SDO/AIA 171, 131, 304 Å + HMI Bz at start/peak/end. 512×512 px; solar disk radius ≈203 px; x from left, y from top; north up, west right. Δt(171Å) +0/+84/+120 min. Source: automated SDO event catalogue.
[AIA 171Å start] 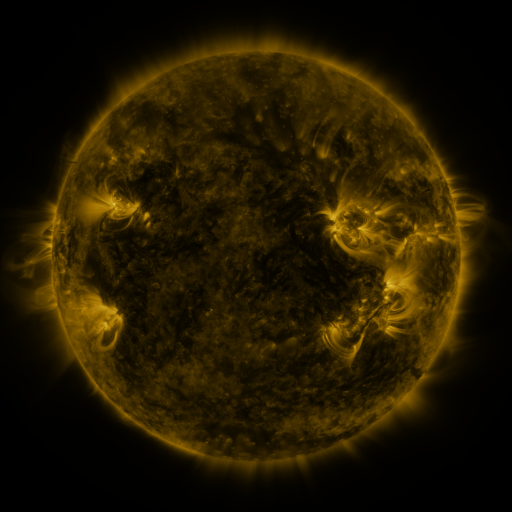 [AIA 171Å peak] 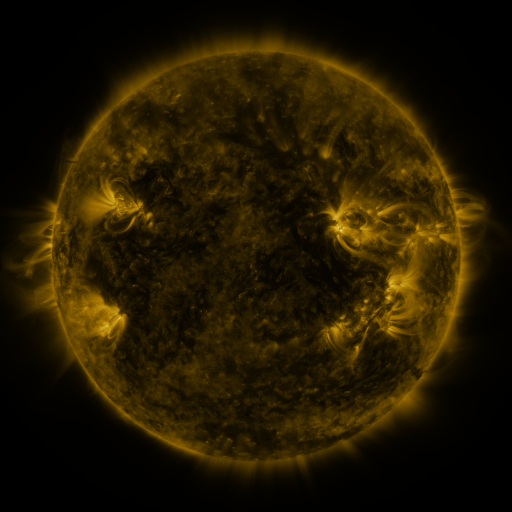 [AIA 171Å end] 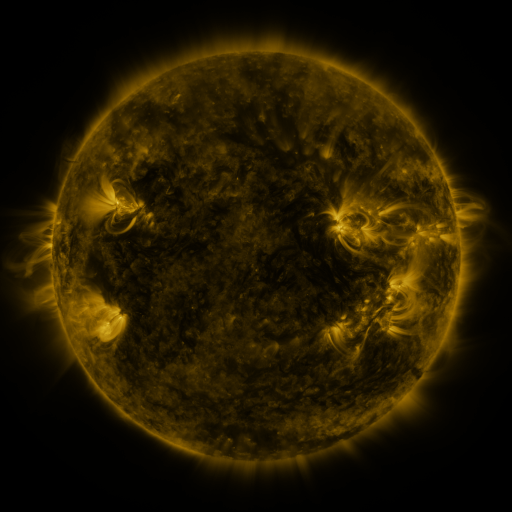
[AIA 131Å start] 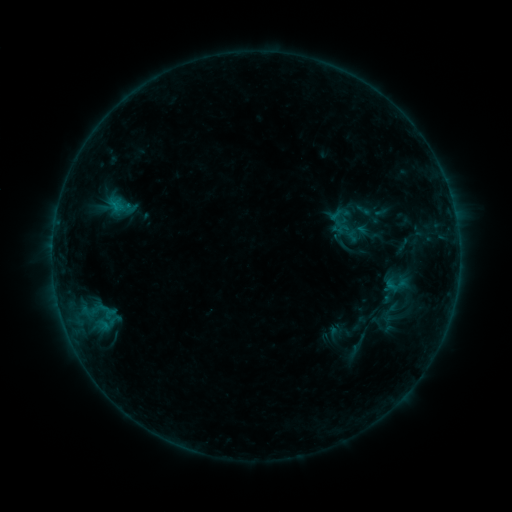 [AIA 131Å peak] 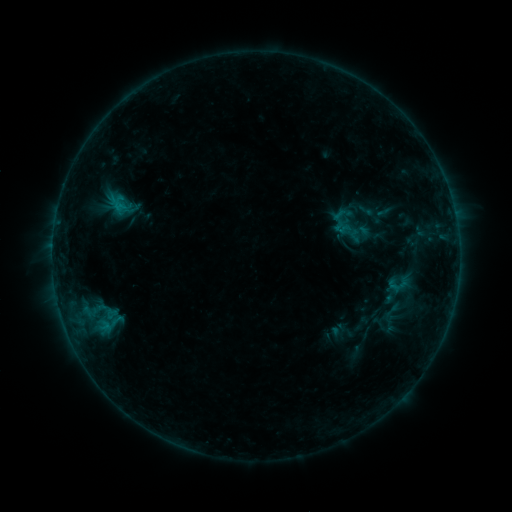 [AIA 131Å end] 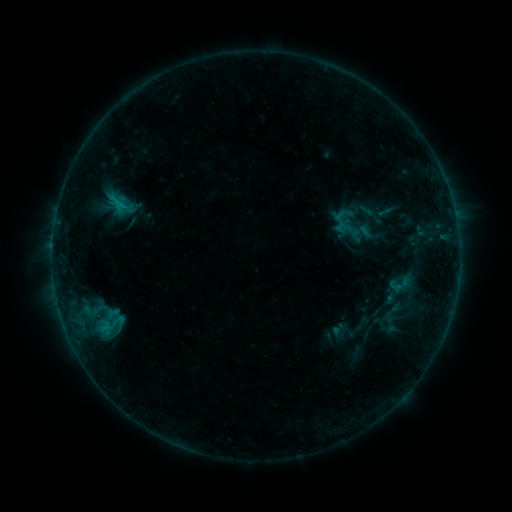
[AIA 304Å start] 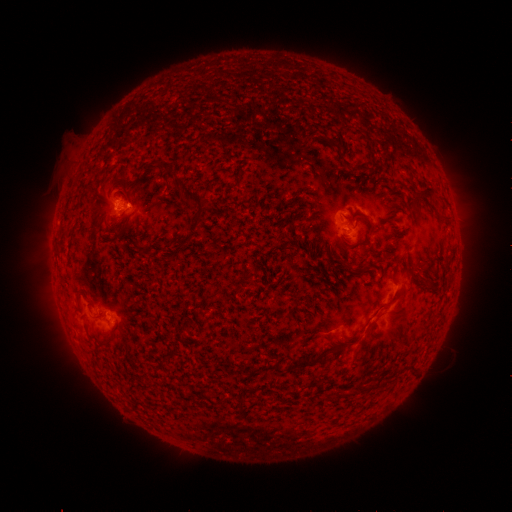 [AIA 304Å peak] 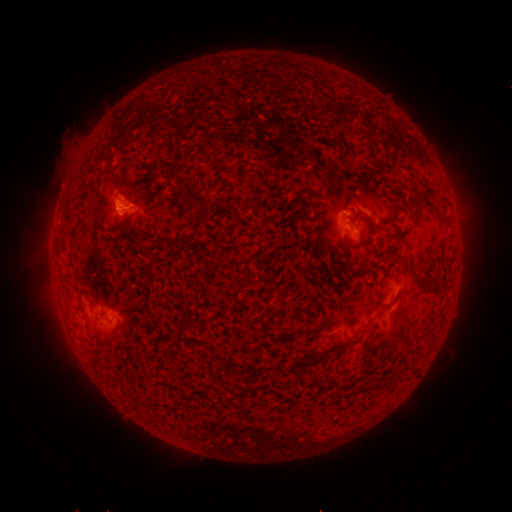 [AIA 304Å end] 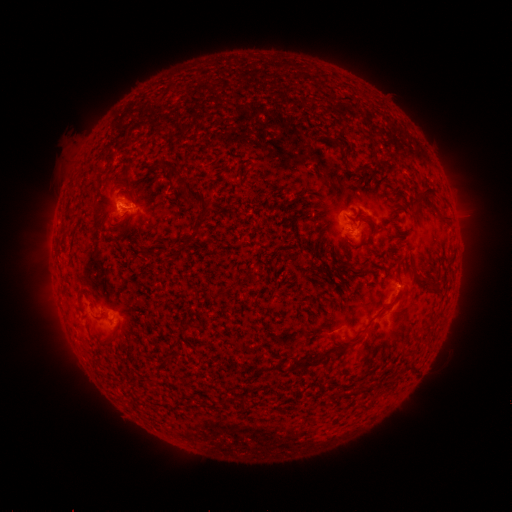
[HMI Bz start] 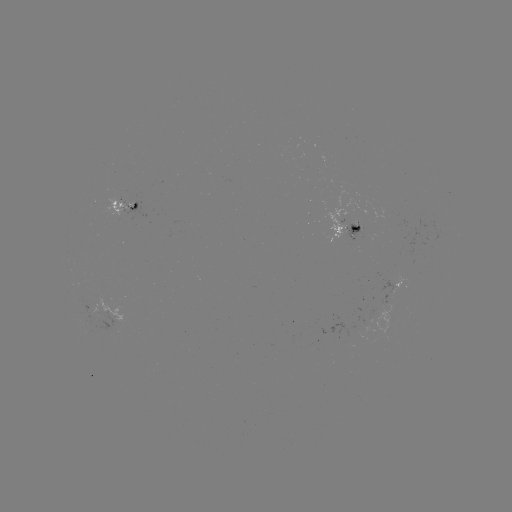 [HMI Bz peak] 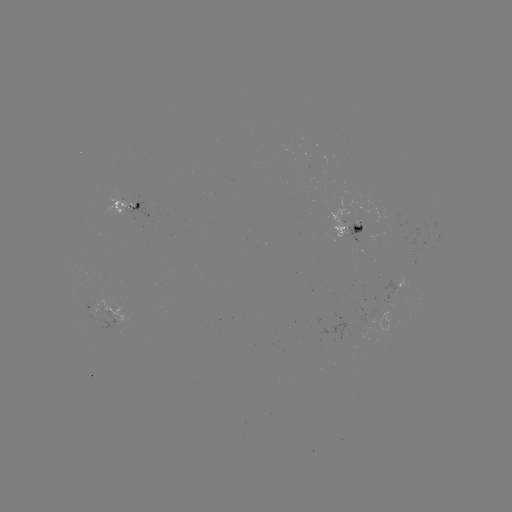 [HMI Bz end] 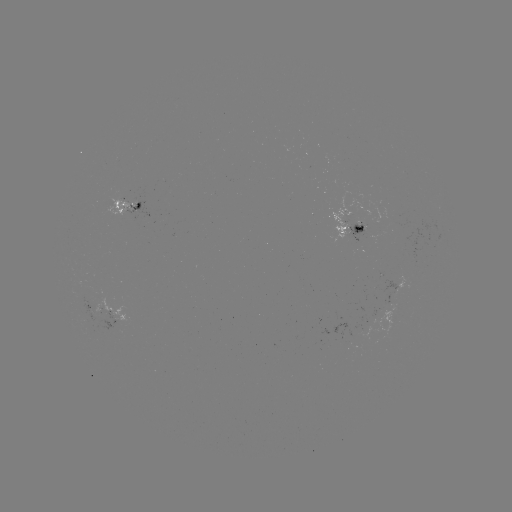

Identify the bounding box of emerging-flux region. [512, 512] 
[104, 195, 139, 215].